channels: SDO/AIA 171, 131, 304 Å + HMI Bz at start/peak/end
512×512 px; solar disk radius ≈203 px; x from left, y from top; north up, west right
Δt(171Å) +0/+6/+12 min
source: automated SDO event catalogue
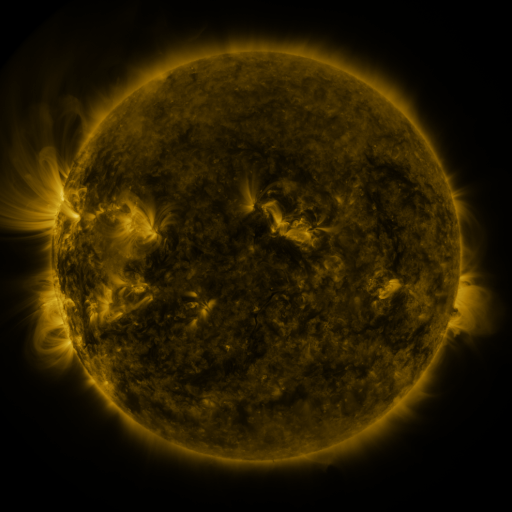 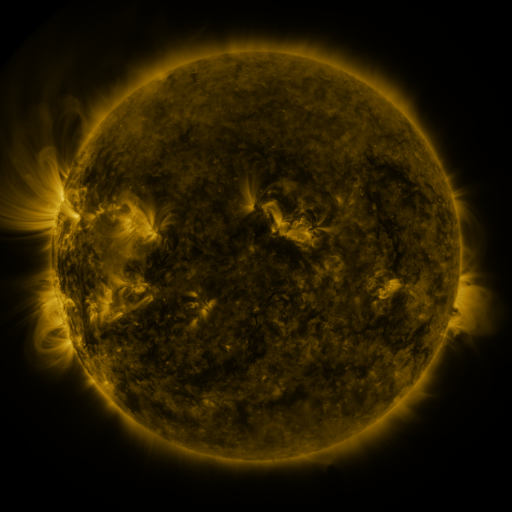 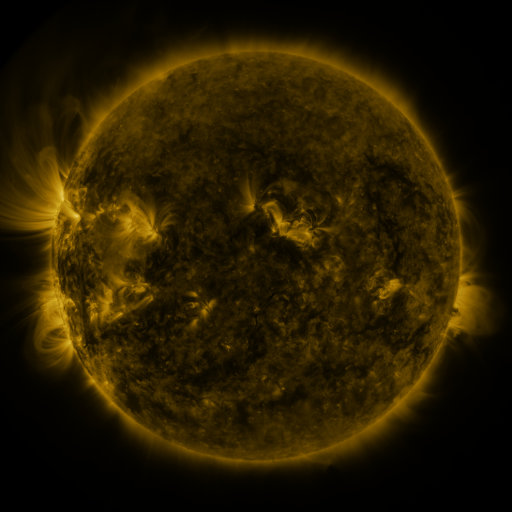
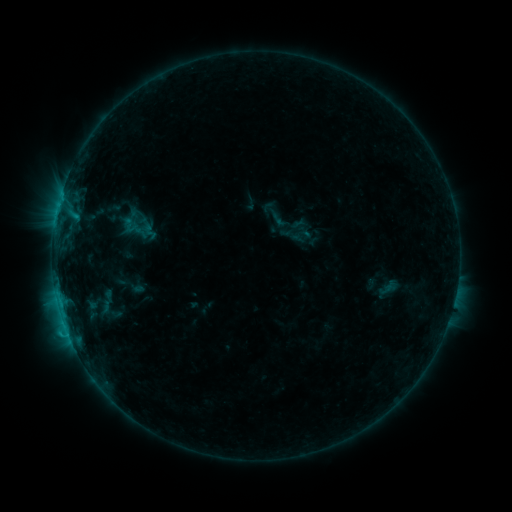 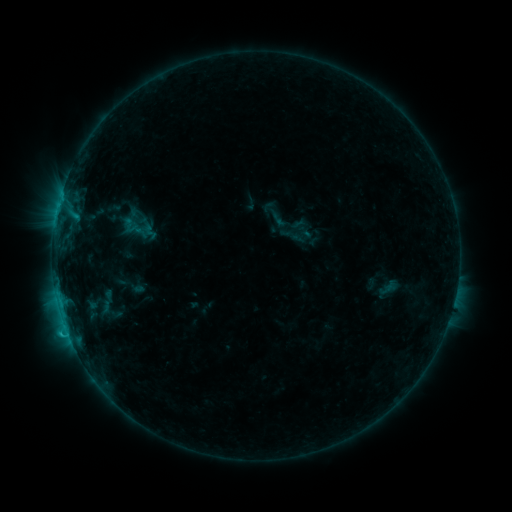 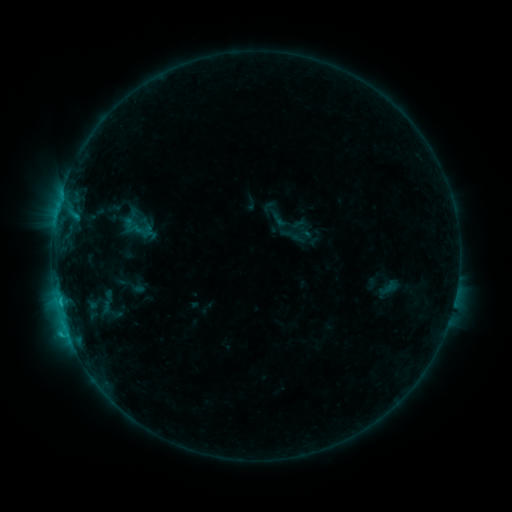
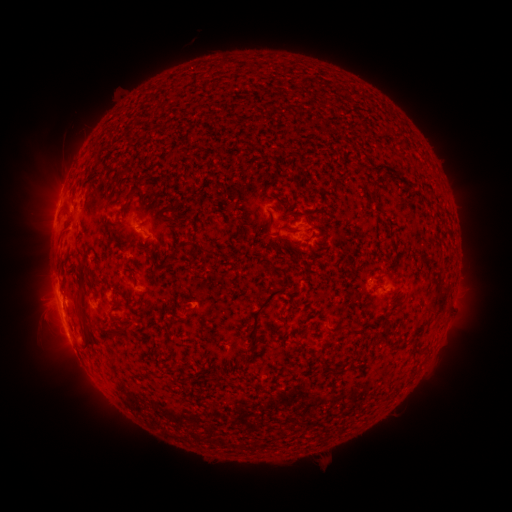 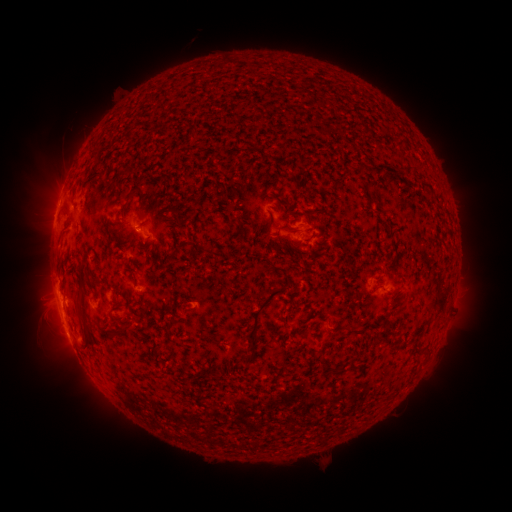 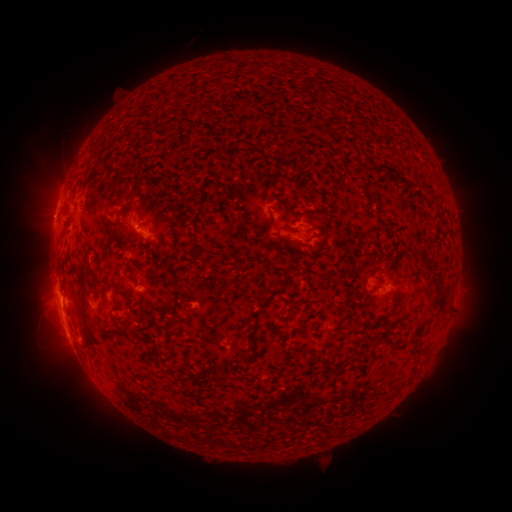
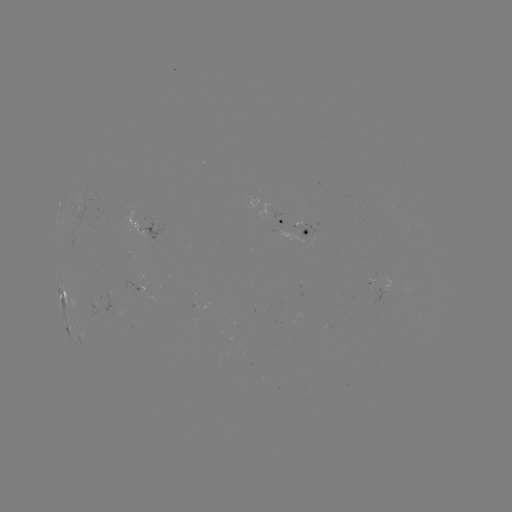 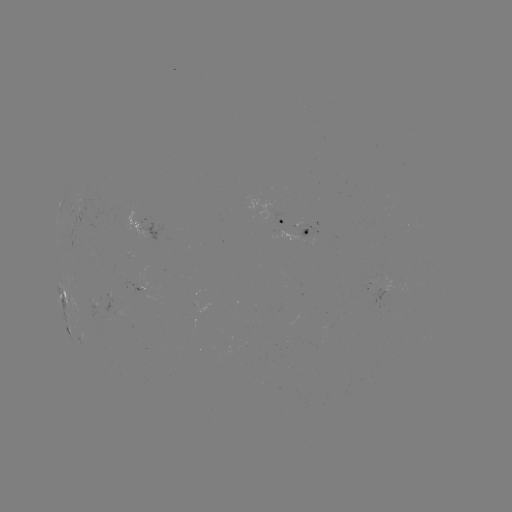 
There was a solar flare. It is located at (67, 332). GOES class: C1.5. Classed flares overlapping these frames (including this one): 1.